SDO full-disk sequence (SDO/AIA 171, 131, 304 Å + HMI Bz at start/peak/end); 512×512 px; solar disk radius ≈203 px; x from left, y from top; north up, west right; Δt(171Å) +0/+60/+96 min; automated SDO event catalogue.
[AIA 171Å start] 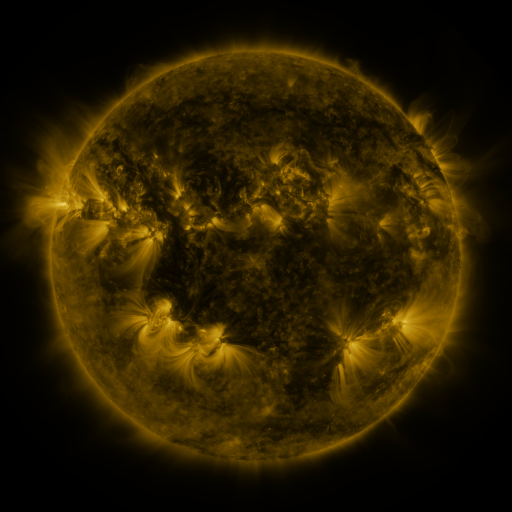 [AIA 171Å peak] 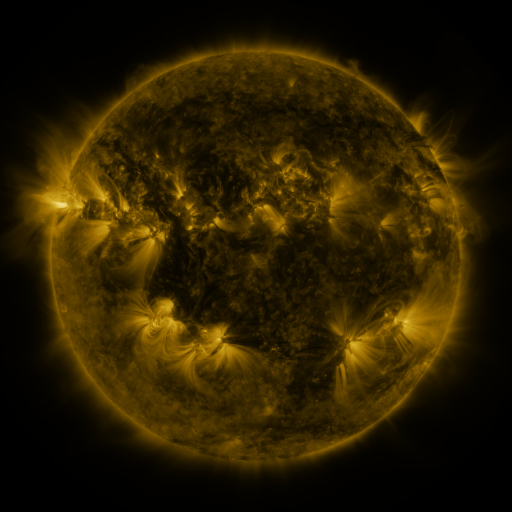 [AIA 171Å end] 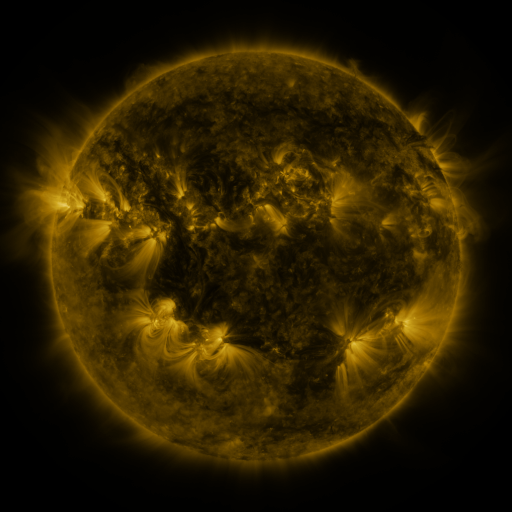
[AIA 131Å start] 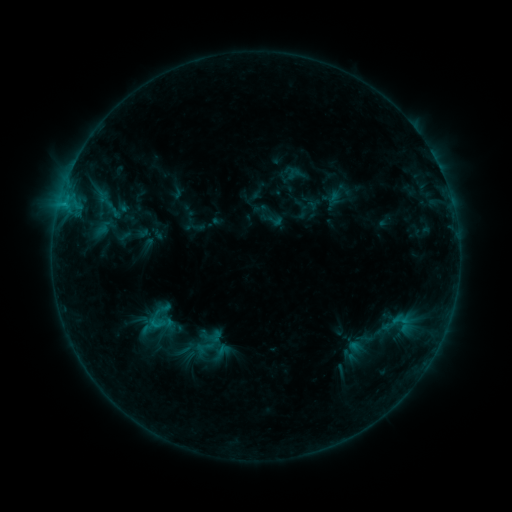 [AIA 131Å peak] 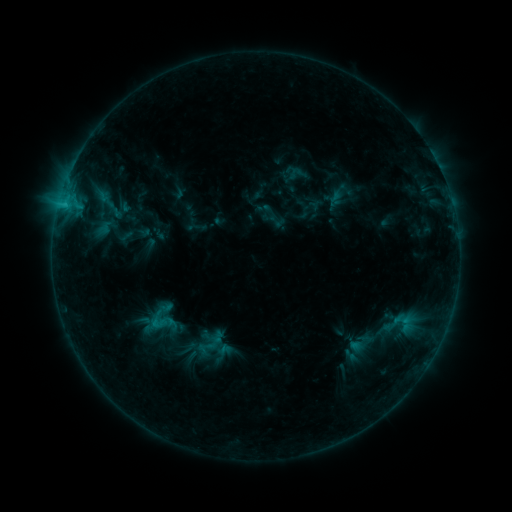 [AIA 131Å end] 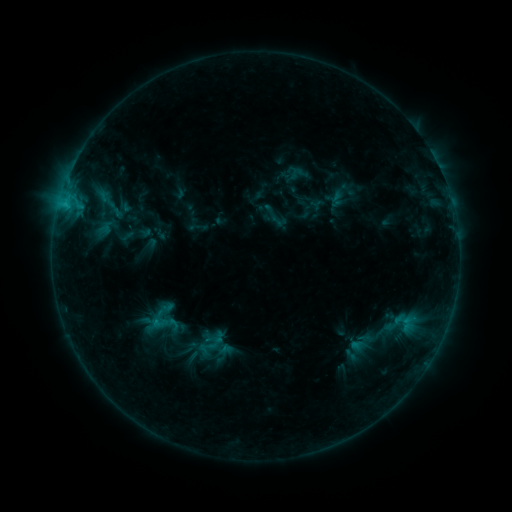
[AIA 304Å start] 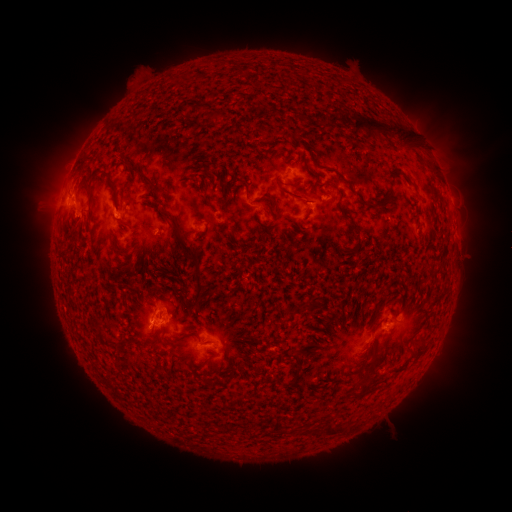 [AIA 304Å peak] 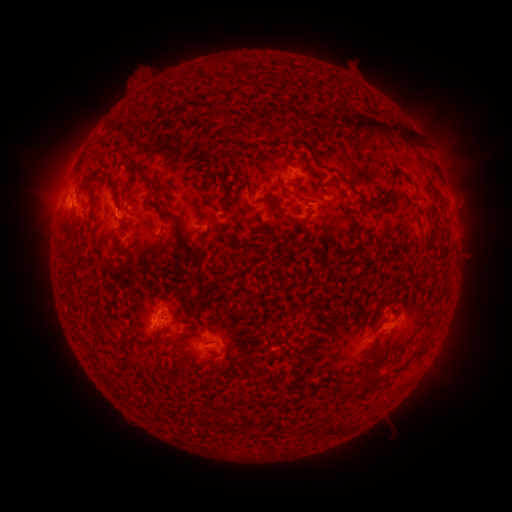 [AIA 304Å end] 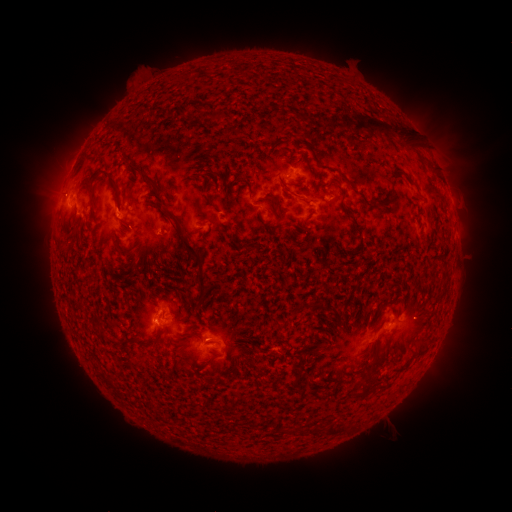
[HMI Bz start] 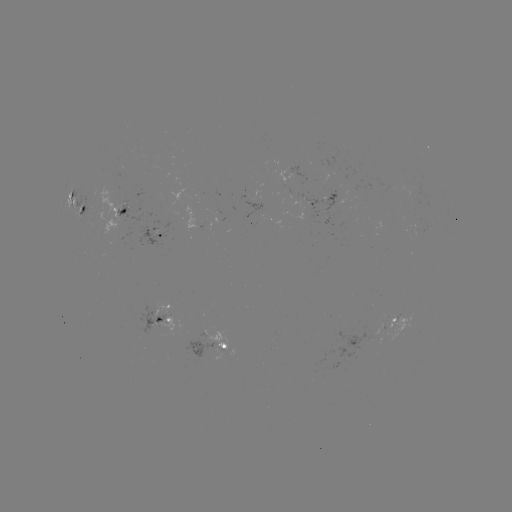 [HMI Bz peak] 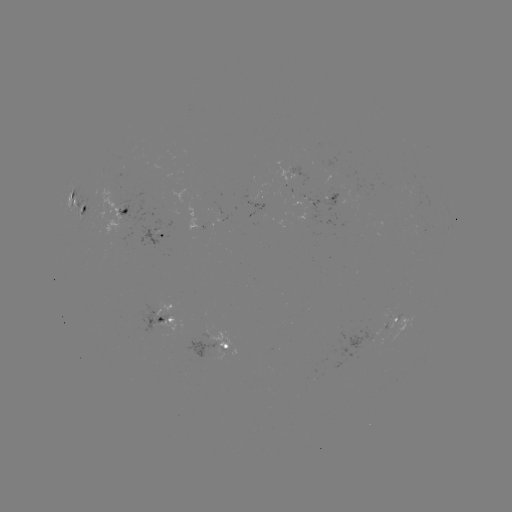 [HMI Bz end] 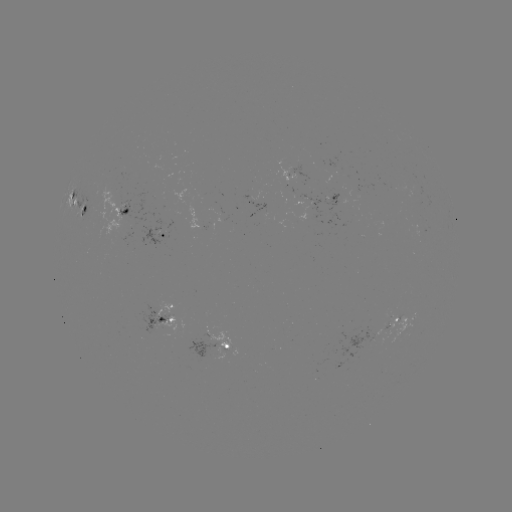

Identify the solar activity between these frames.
emerging-flux region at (297, 167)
